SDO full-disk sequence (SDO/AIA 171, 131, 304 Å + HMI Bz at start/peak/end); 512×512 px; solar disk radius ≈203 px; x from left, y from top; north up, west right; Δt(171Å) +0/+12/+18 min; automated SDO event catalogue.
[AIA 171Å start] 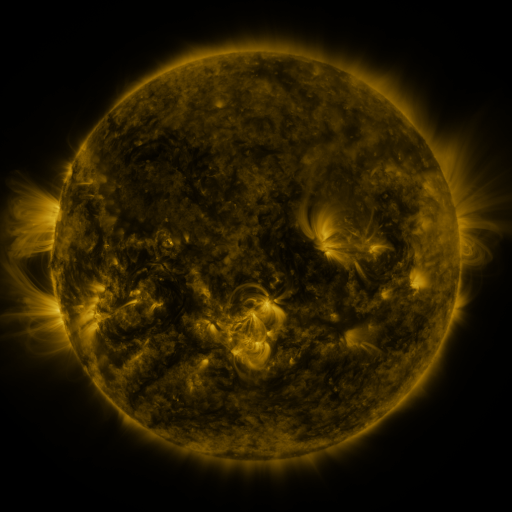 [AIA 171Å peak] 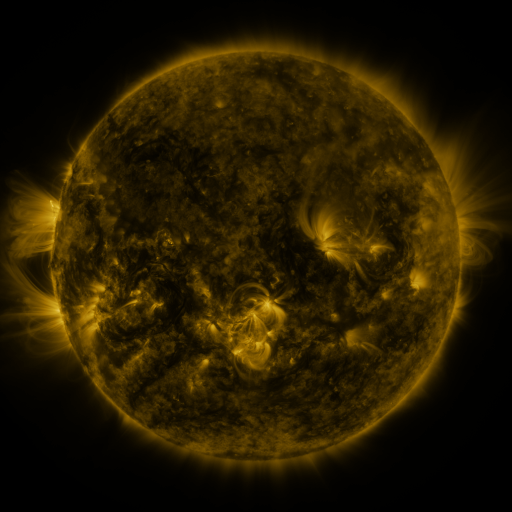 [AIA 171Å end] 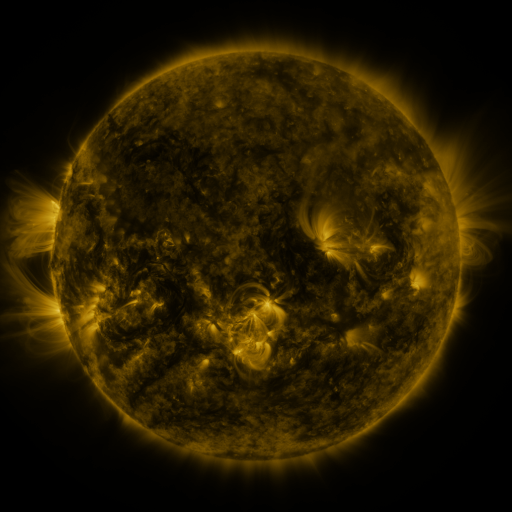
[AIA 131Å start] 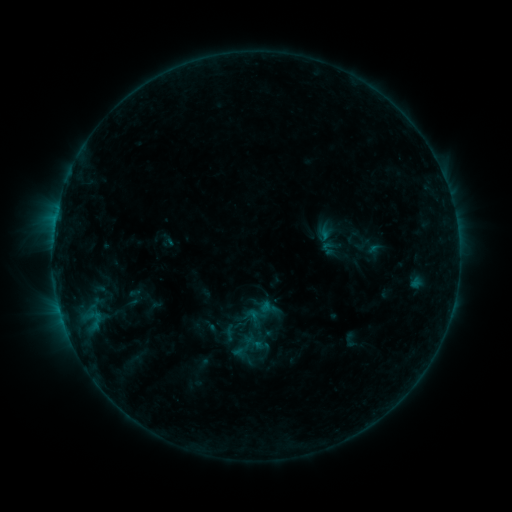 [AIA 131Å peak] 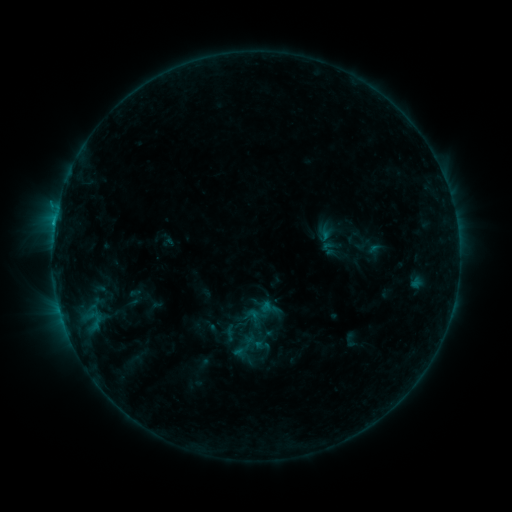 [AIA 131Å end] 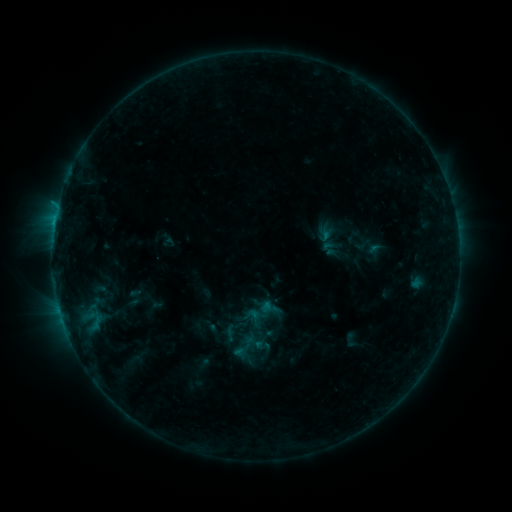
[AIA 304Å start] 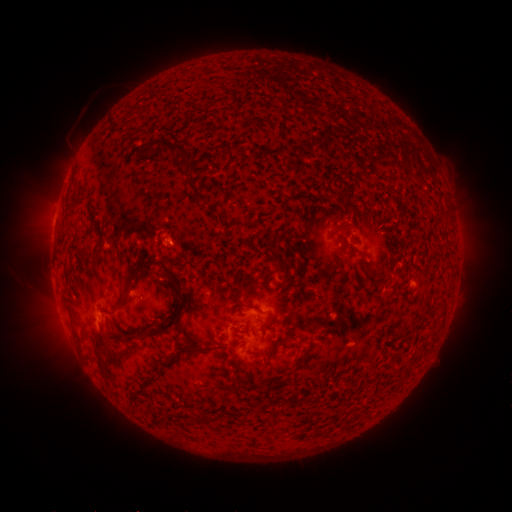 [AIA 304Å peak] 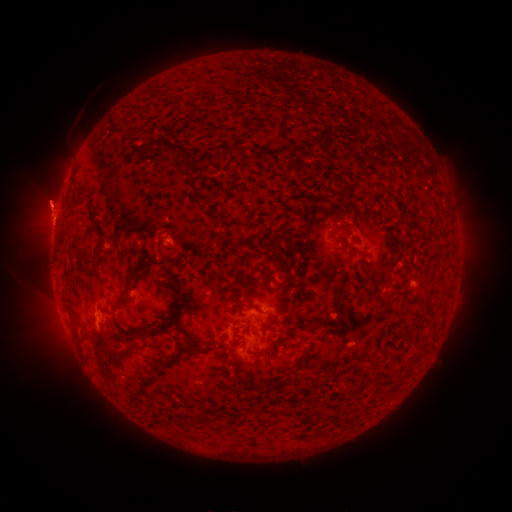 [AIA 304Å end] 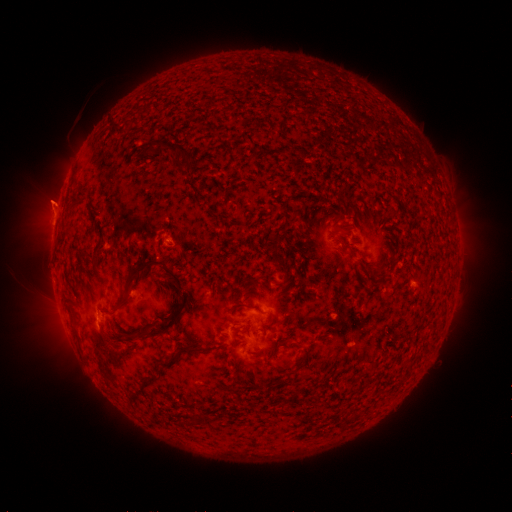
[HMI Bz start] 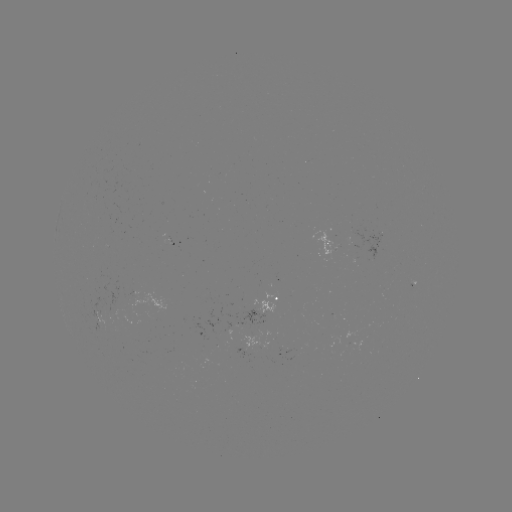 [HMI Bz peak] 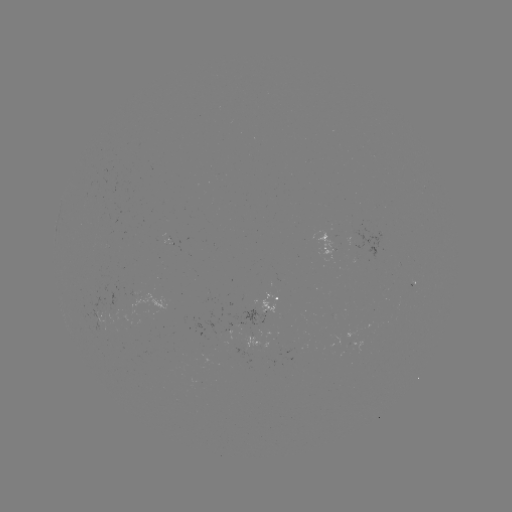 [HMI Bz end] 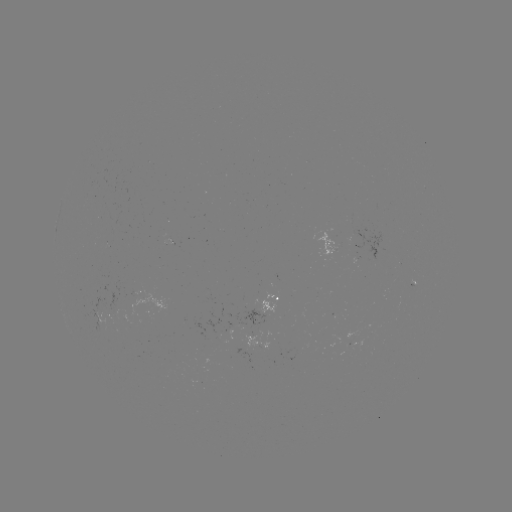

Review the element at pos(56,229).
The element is B4.3 flare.